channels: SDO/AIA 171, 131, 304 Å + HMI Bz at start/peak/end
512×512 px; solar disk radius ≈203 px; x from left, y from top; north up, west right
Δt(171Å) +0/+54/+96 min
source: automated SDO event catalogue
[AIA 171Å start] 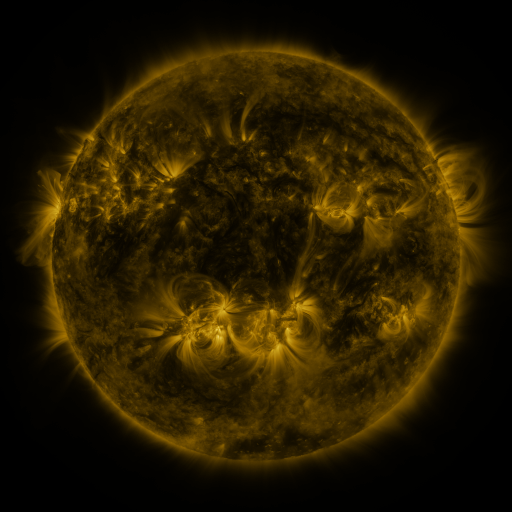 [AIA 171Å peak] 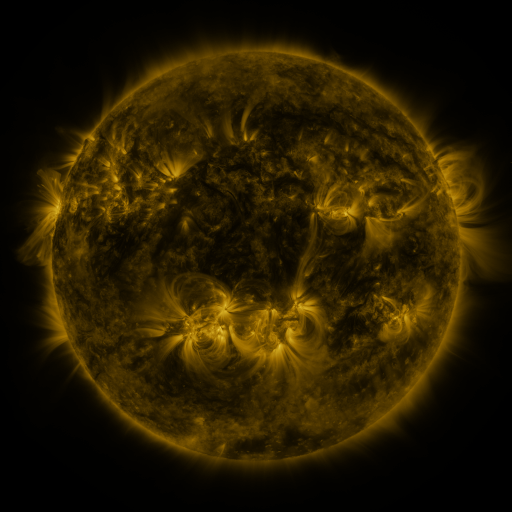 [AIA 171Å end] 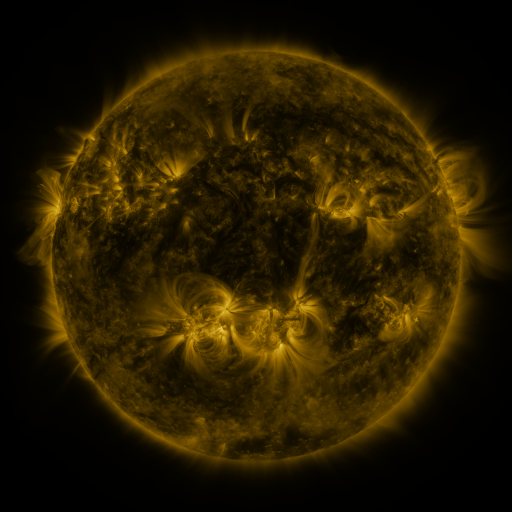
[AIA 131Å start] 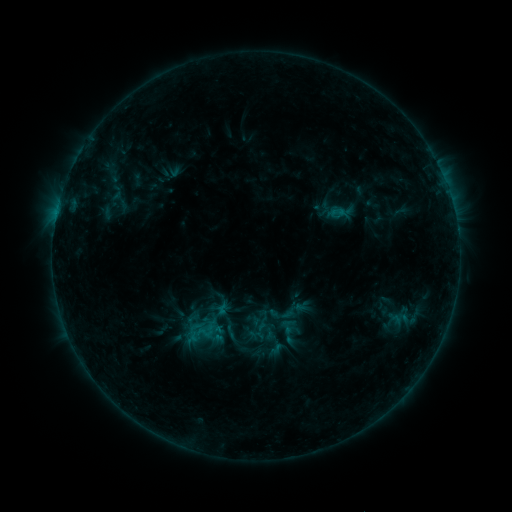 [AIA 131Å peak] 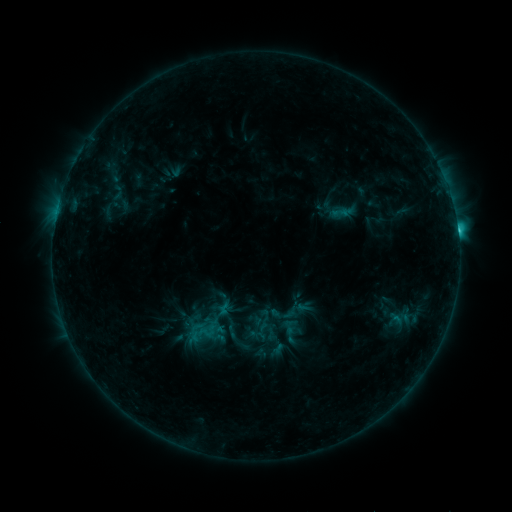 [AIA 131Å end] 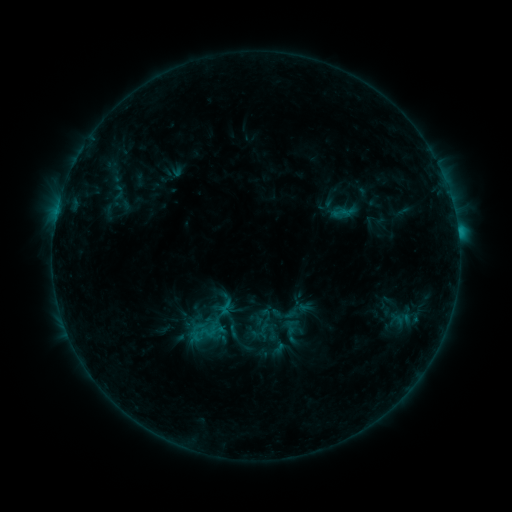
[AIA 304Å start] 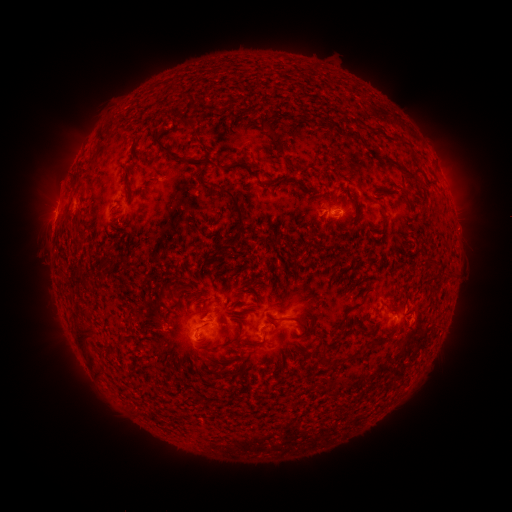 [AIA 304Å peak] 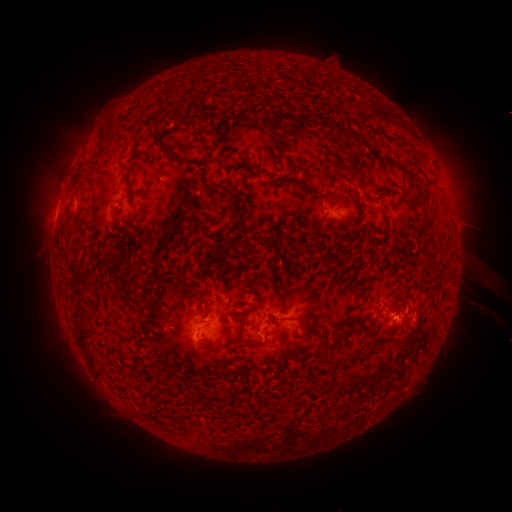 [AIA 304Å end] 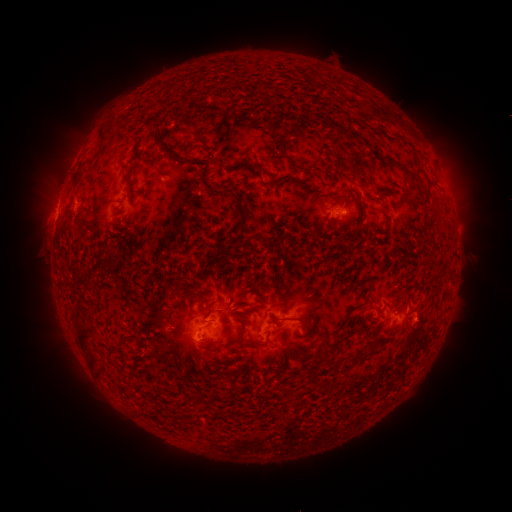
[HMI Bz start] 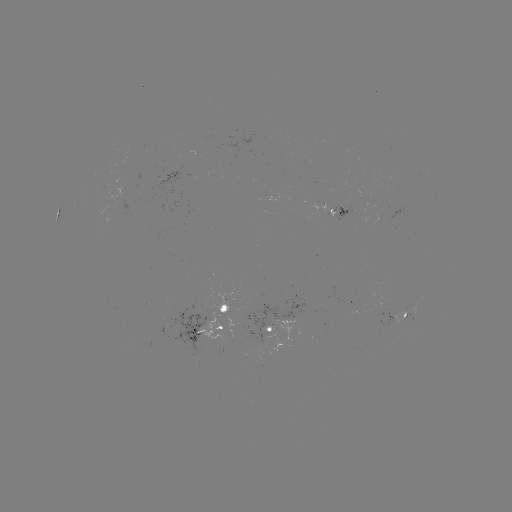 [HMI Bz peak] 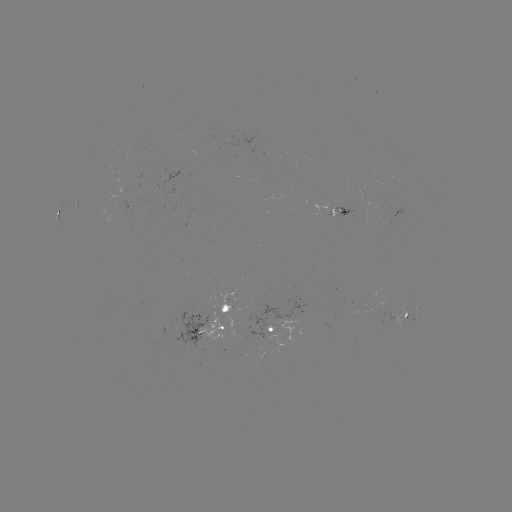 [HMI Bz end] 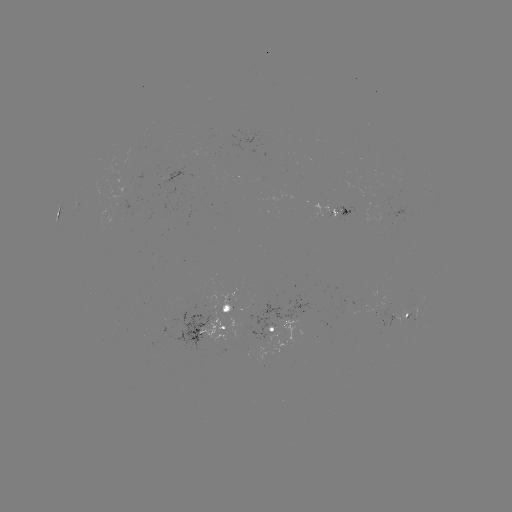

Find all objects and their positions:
C2.4 flare: (457, 231)
